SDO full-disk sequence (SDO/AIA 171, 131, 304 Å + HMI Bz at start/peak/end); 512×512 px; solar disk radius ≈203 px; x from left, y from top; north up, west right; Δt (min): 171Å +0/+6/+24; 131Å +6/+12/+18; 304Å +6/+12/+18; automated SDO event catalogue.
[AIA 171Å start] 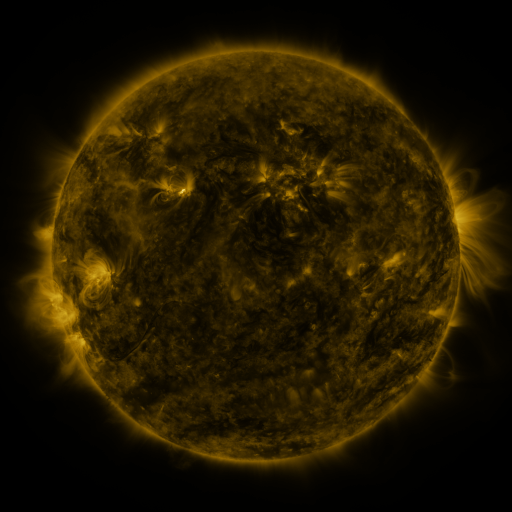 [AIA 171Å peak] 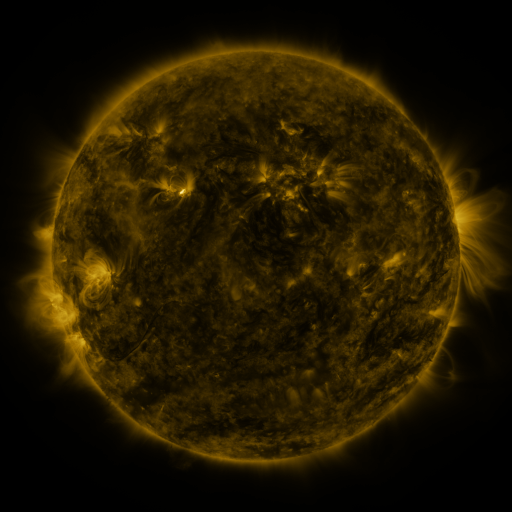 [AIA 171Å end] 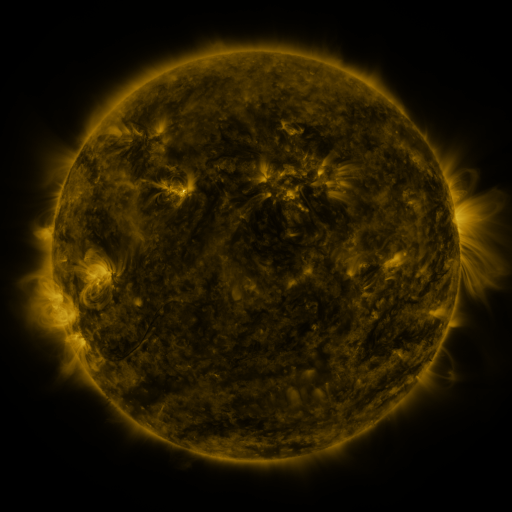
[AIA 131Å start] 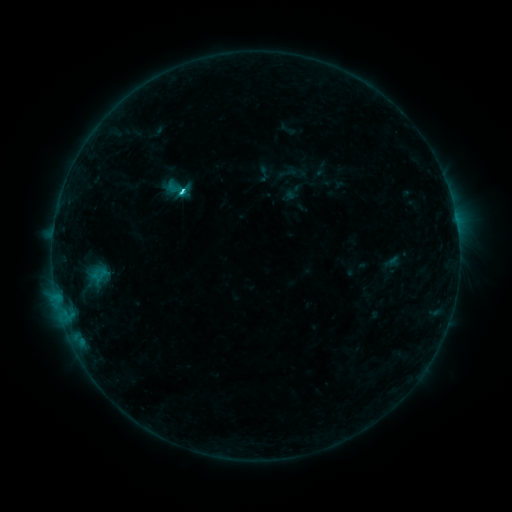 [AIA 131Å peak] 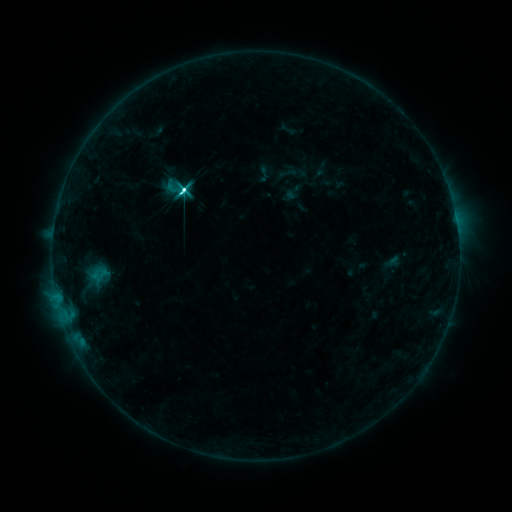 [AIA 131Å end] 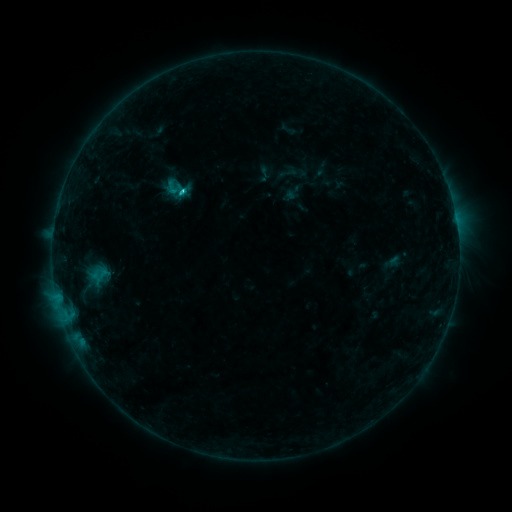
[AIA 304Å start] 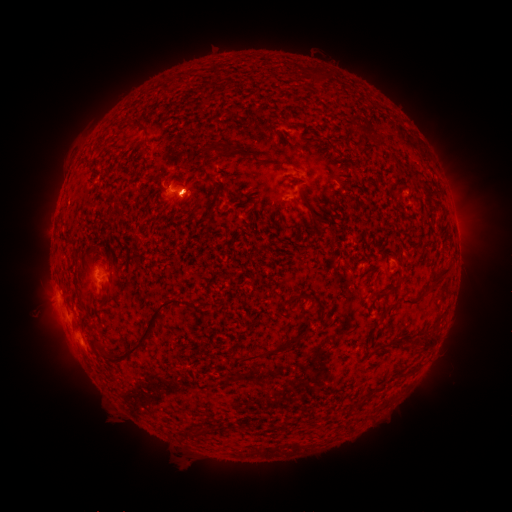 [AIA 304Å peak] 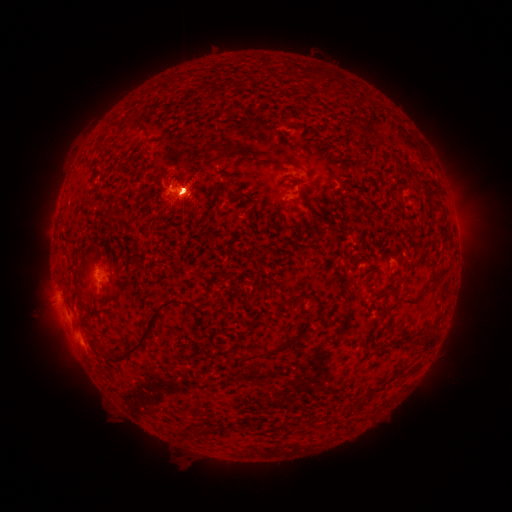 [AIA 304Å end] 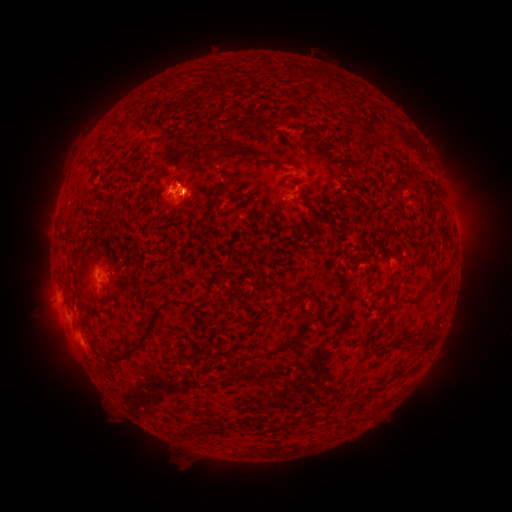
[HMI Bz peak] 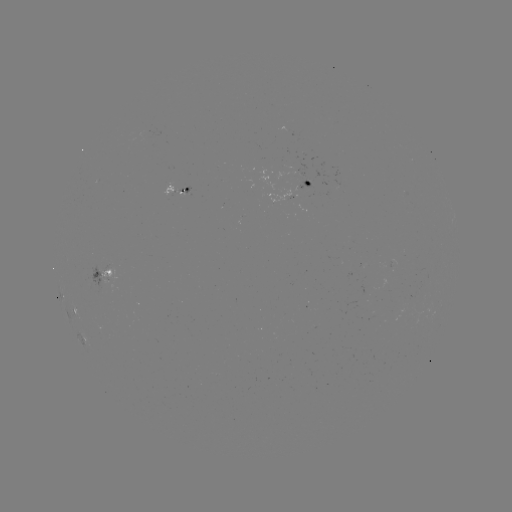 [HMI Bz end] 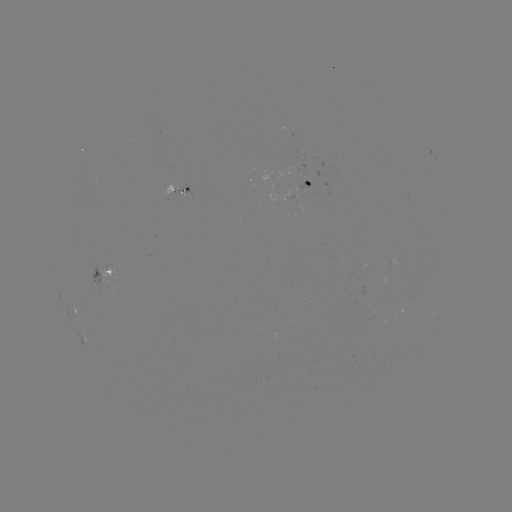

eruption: <bbox>24, 243, 114, 384</bbox>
